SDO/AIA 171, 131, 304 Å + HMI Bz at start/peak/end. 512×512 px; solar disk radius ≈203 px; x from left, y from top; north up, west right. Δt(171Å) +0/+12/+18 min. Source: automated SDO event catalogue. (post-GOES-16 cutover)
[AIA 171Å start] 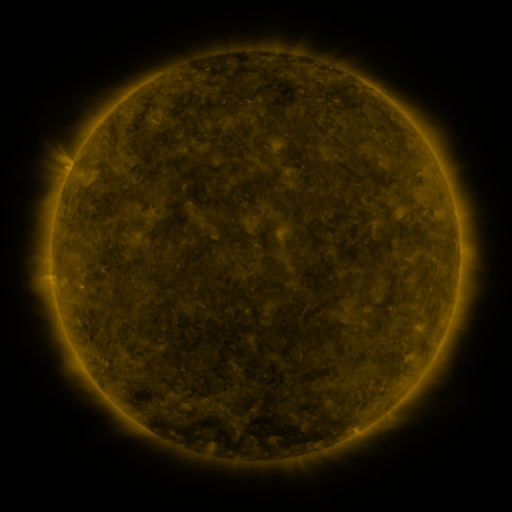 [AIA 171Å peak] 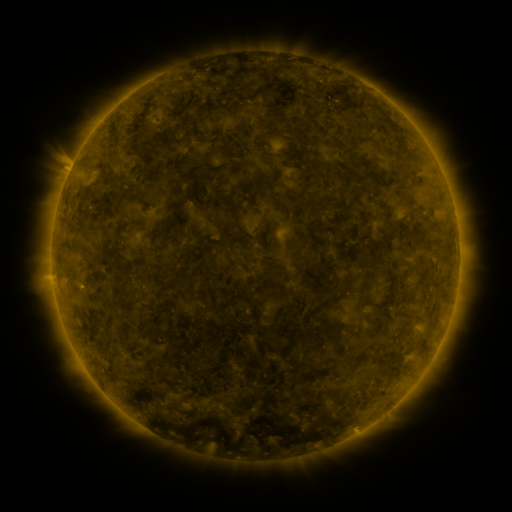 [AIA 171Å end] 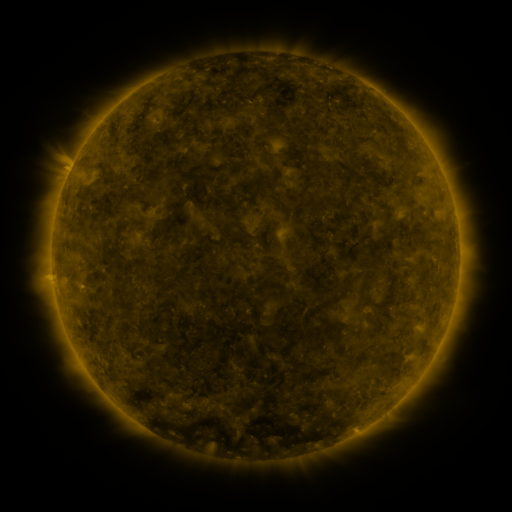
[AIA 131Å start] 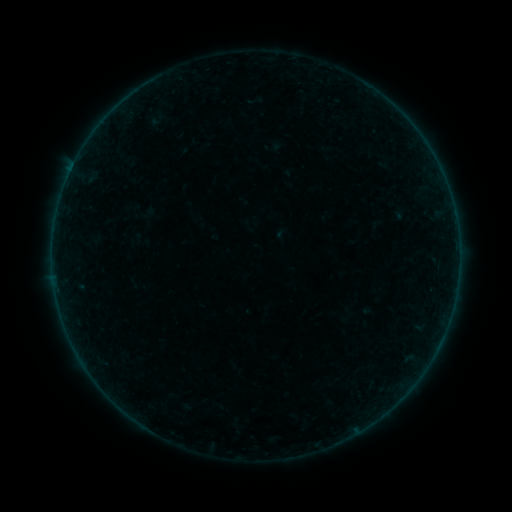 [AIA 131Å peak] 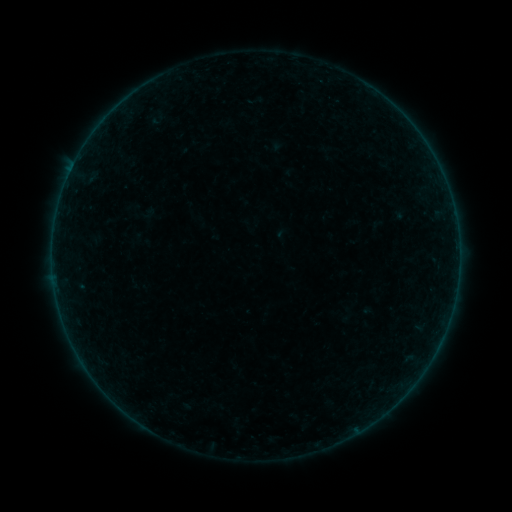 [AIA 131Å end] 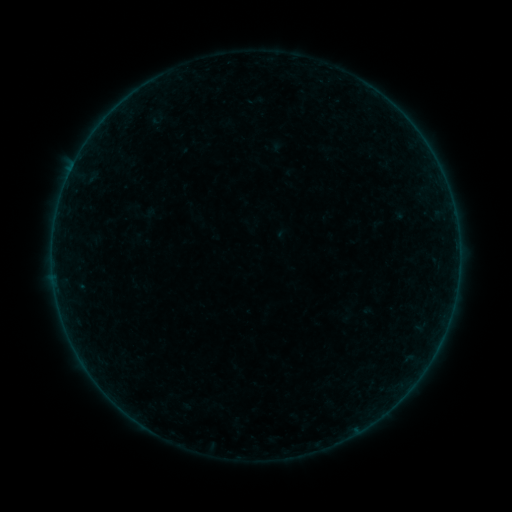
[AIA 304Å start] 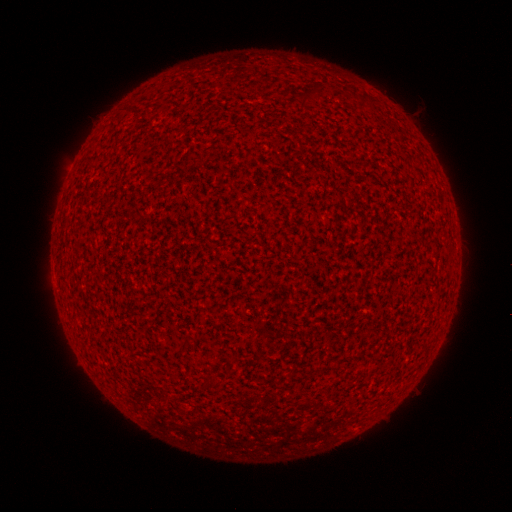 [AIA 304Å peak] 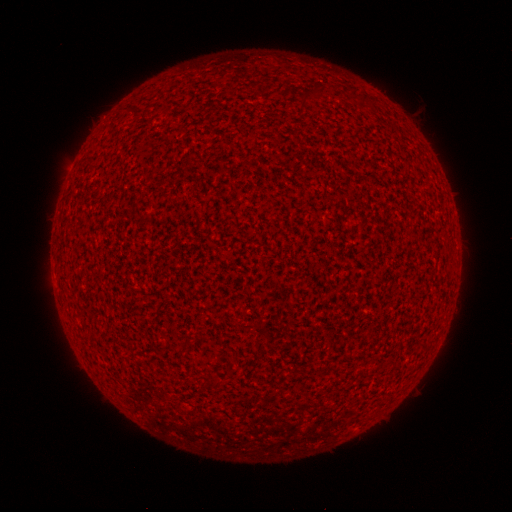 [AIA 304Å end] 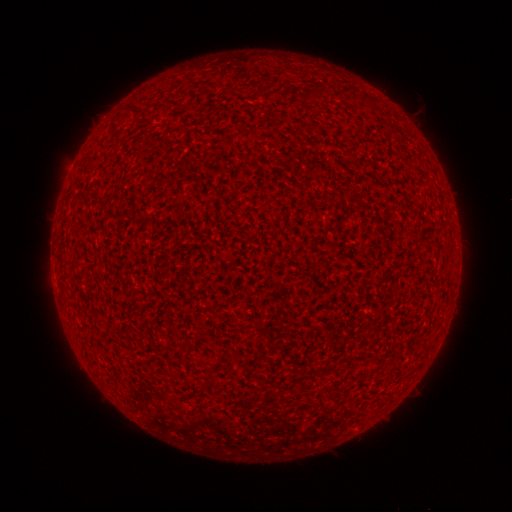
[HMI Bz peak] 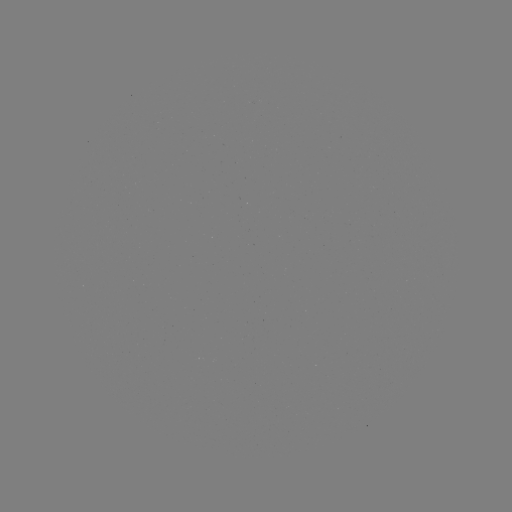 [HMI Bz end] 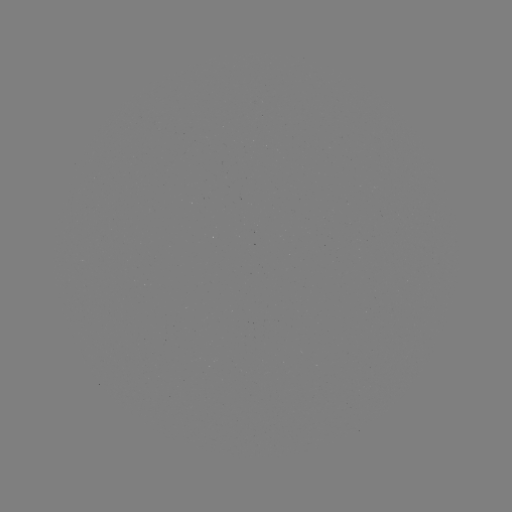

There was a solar flare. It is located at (70, 172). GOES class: A8.5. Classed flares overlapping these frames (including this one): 1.